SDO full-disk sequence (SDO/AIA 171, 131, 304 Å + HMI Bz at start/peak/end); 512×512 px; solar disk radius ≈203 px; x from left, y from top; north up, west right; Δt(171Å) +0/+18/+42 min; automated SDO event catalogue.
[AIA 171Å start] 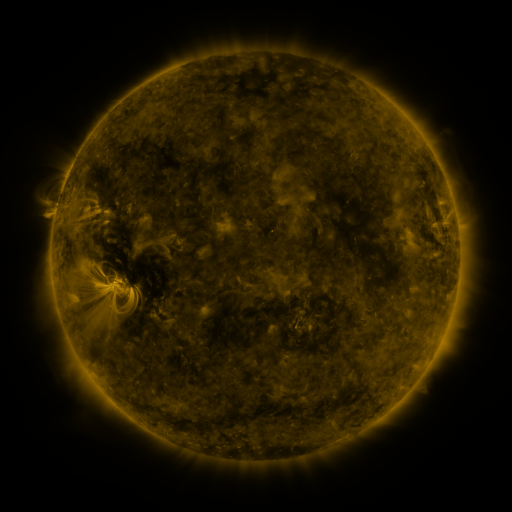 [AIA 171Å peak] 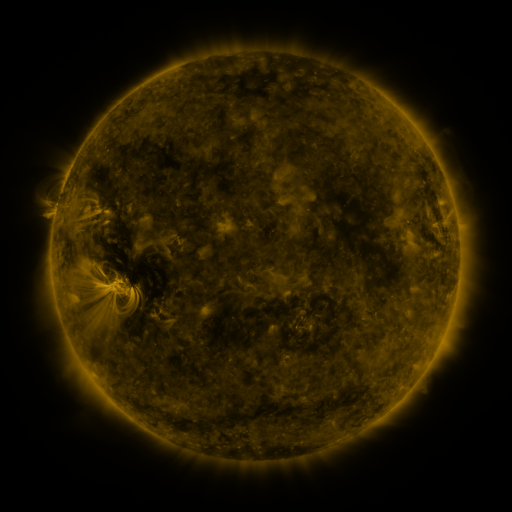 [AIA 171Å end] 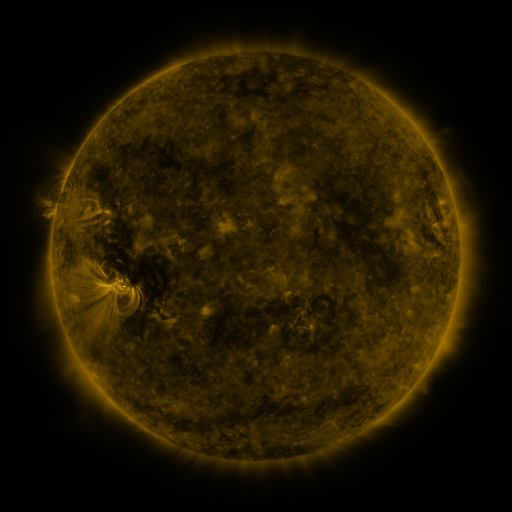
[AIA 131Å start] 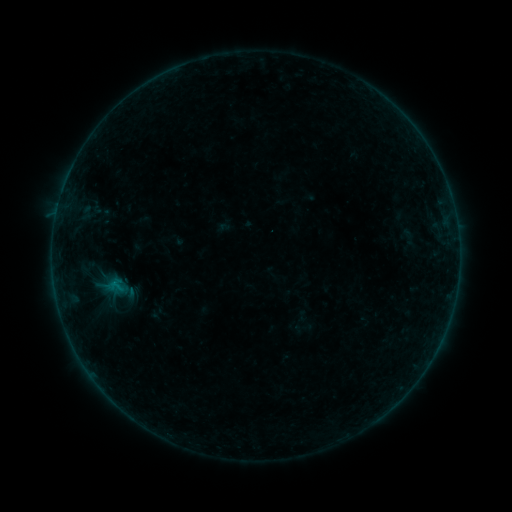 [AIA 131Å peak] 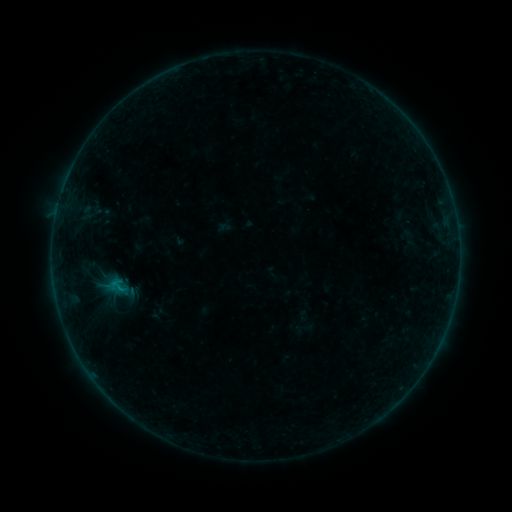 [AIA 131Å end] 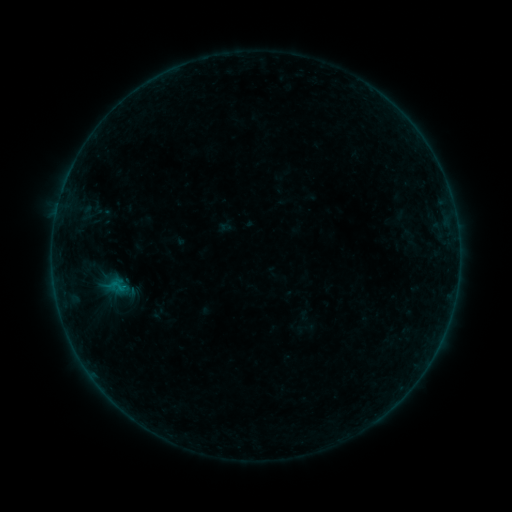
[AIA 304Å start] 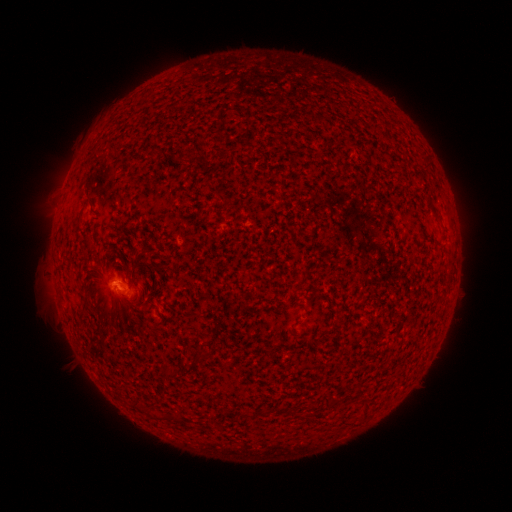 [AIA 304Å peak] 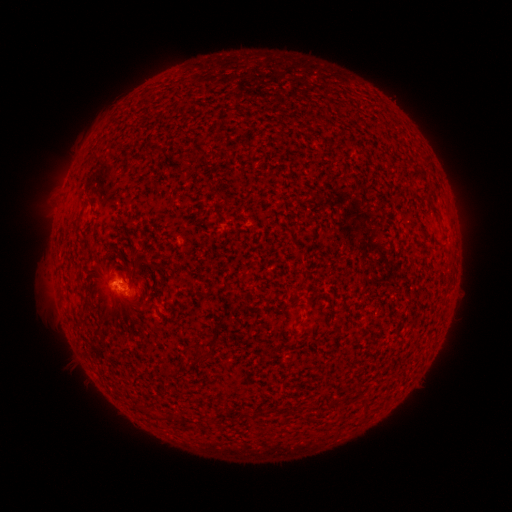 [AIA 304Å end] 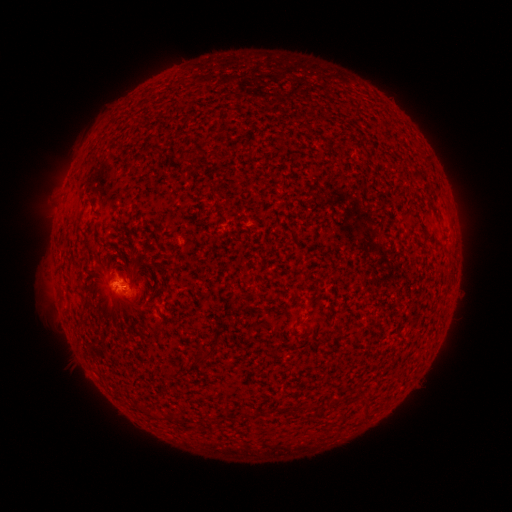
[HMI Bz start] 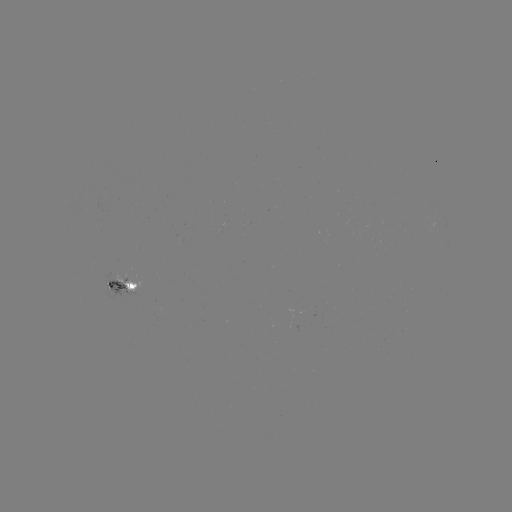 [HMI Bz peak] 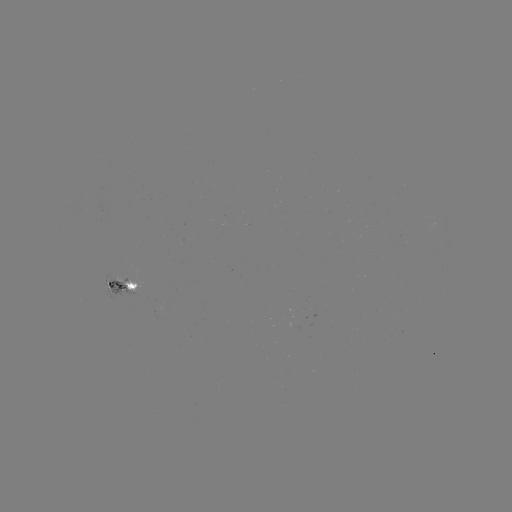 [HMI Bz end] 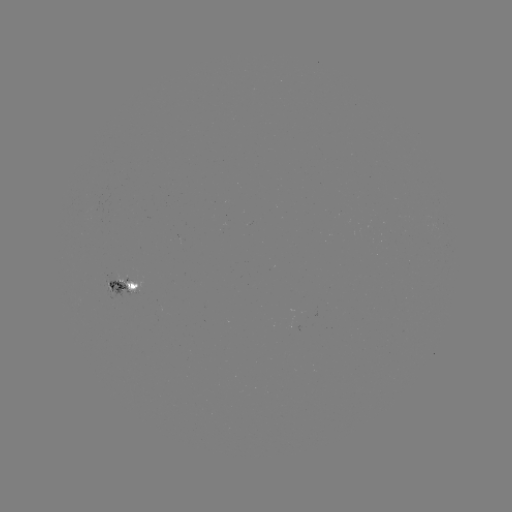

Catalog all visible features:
B2.6 flare: (105, 282)
